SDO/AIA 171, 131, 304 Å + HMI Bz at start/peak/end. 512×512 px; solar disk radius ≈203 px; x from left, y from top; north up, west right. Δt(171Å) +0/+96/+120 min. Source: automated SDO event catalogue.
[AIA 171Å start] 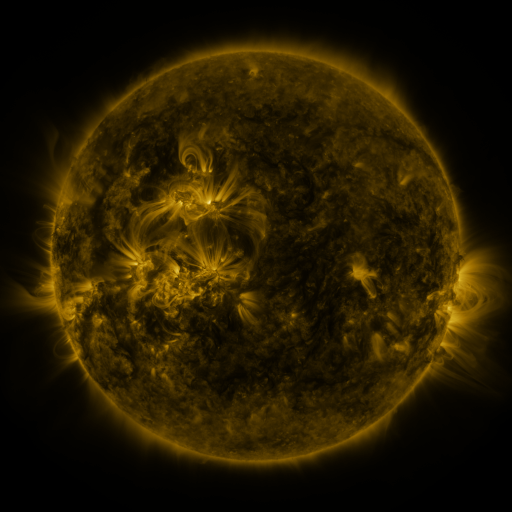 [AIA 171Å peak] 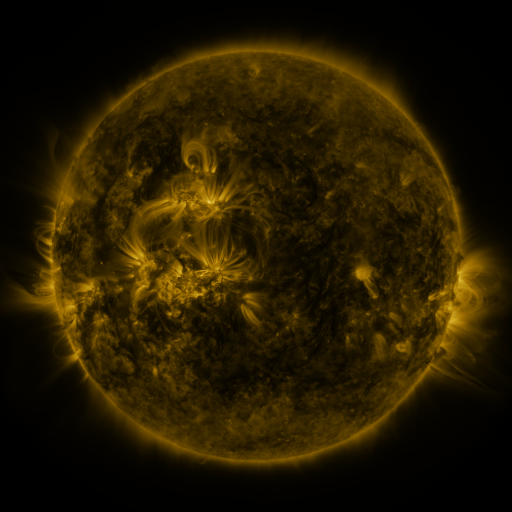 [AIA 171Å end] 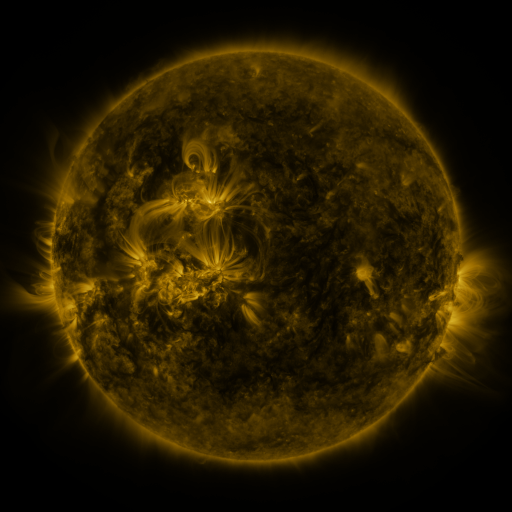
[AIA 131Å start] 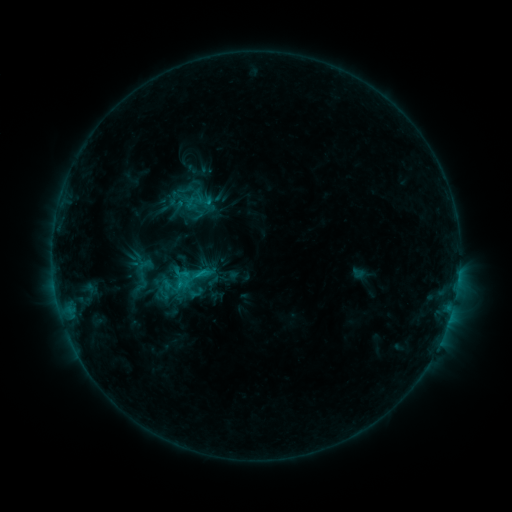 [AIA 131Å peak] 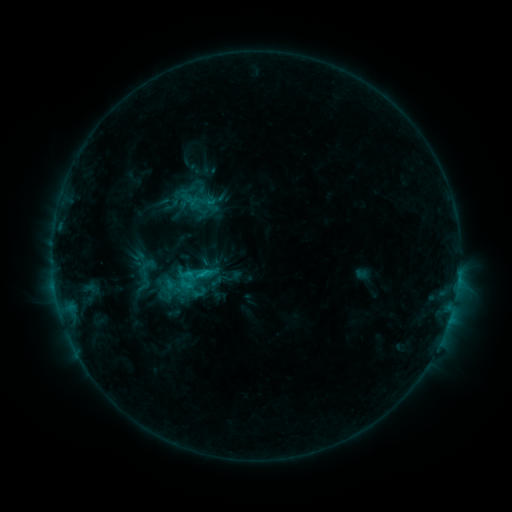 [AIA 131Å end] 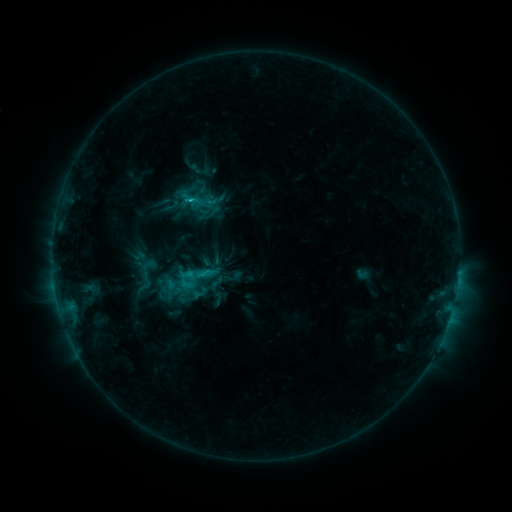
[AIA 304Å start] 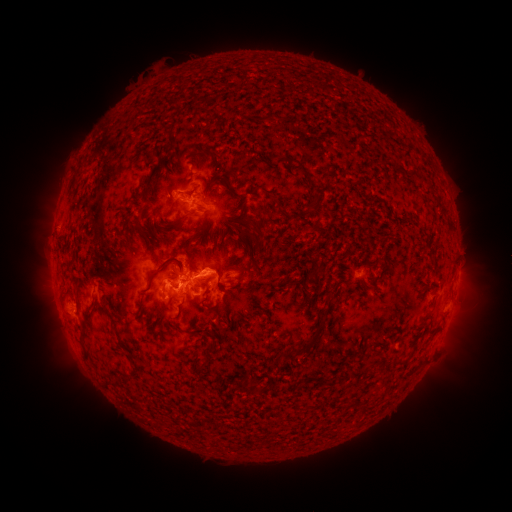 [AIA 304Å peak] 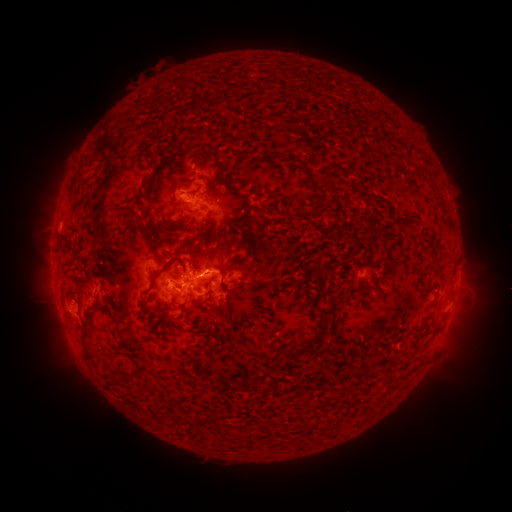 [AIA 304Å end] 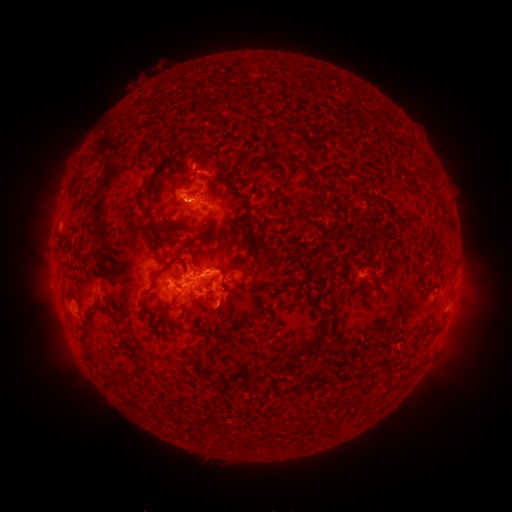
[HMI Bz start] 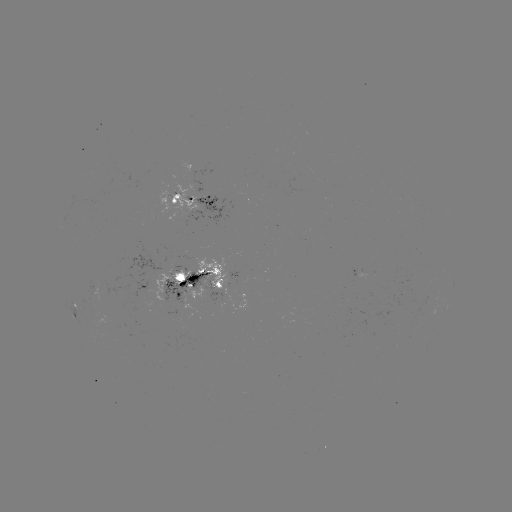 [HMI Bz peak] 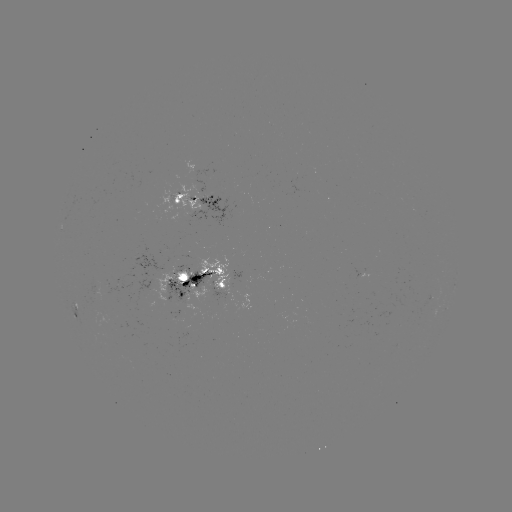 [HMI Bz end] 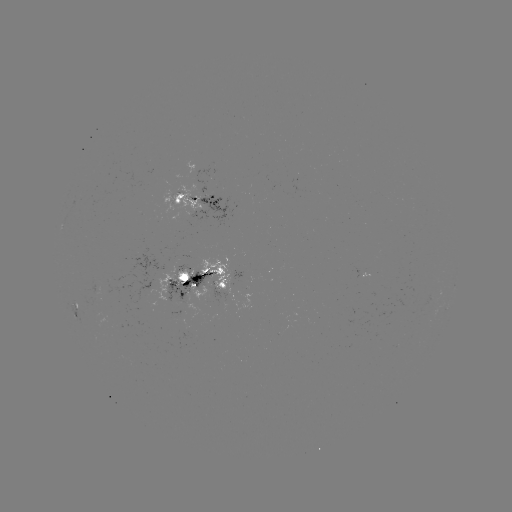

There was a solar emerging-flux region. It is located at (124, 281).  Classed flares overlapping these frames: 1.